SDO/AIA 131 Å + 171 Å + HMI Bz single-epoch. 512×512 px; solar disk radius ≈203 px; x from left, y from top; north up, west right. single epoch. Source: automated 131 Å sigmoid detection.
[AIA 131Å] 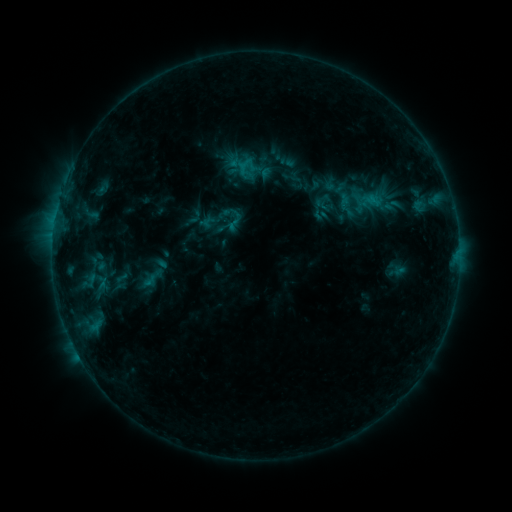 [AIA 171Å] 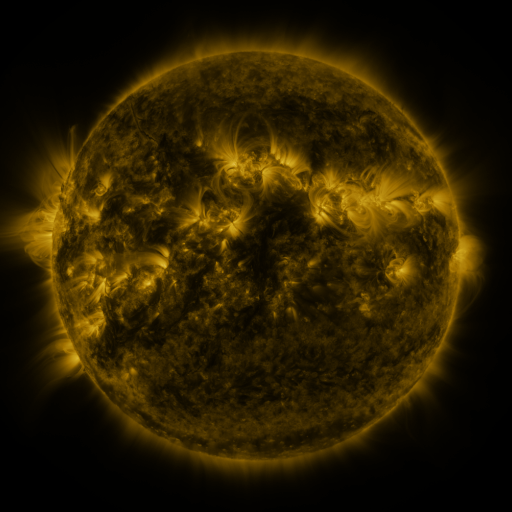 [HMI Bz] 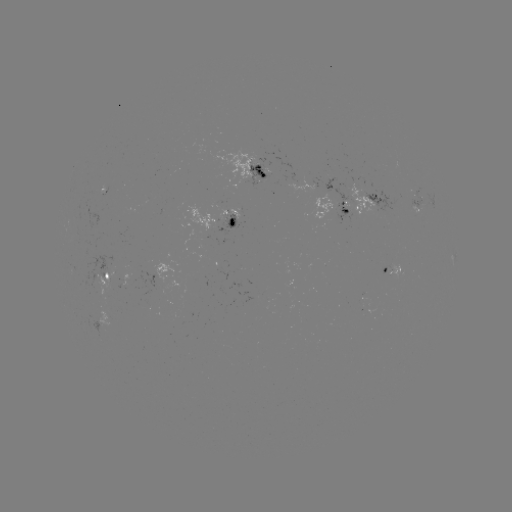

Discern sigmoid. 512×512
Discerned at (235, 219).